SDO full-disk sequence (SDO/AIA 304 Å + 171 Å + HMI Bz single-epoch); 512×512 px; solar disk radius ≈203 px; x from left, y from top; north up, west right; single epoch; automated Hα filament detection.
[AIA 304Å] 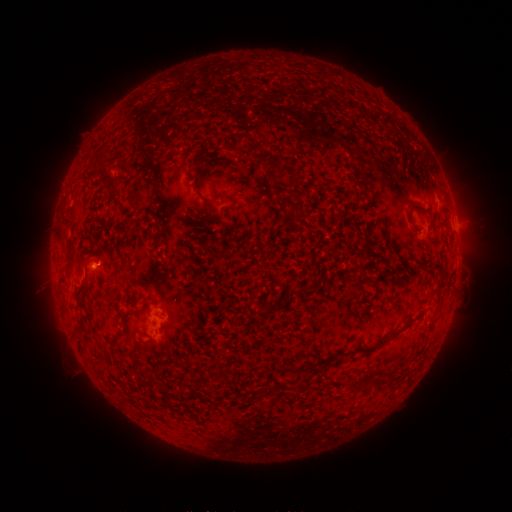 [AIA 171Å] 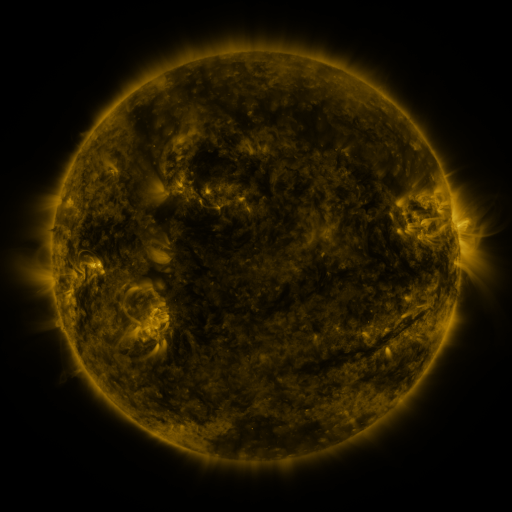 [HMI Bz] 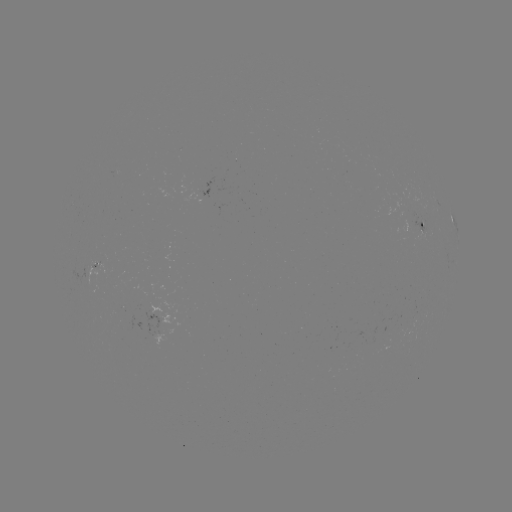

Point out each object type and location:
filament: (375, 133, 386, 142)
filament: (250, 141, 295, 175)
filament: (192, 173, 199, 189)
filament: (282, 199, 302, 214)
filament: (406, 201, 422, 217)
filament: (412, 223, 422, 232)
filament: (75, 283, 87, 298)
filament: (287, 283, 312, 296)
filament: (433, 290, 442, 310)
filament: (379, 316, 416, 345)
filament: (196, 327, 206, 336)
filament: (112, 336, 120, 345)
filament: (127, 341, 151, 354)
filament: (288, 363, 311, 373)
filament: (212, 366, 222, 379)
